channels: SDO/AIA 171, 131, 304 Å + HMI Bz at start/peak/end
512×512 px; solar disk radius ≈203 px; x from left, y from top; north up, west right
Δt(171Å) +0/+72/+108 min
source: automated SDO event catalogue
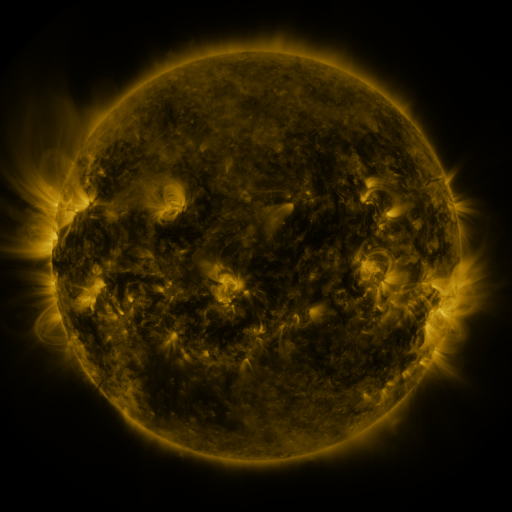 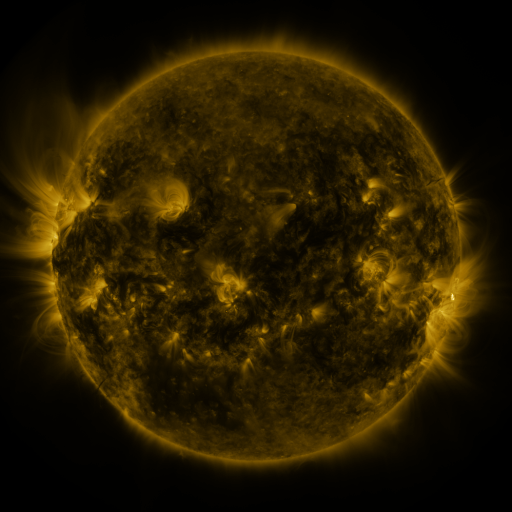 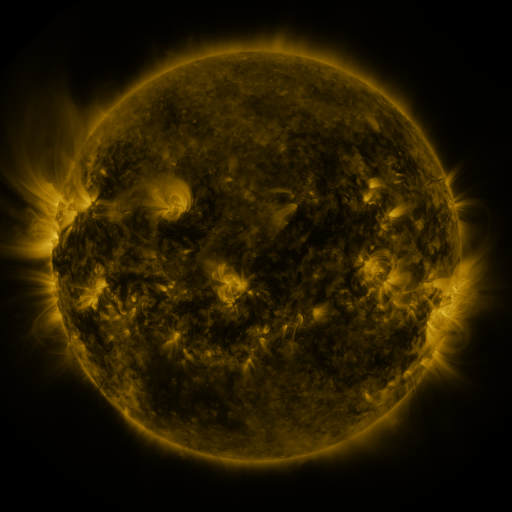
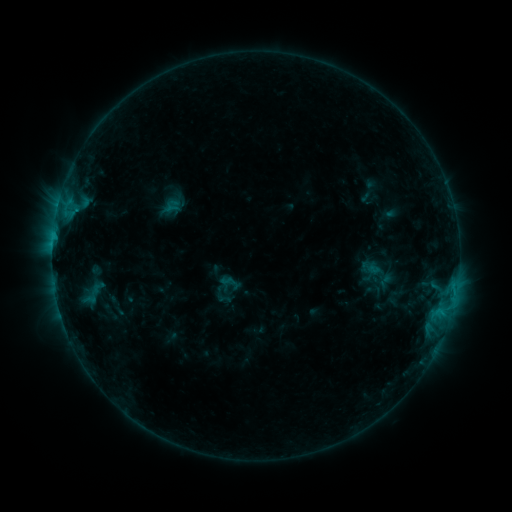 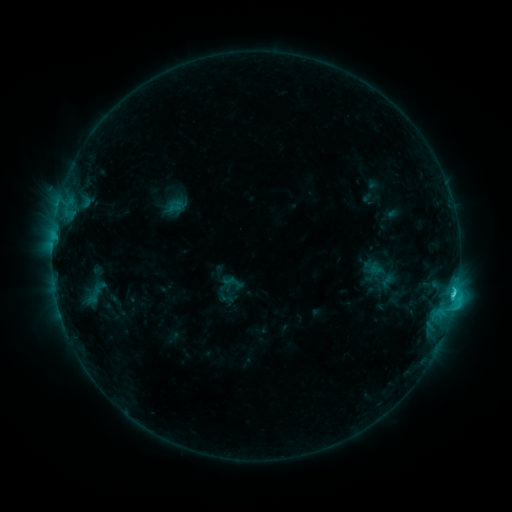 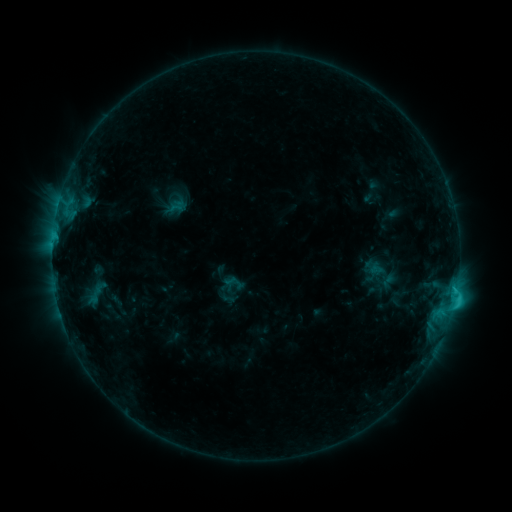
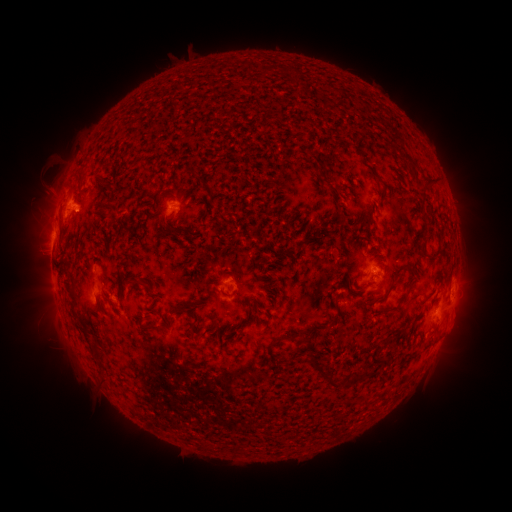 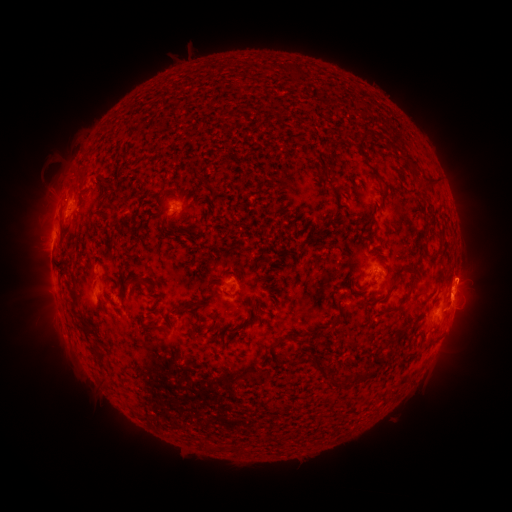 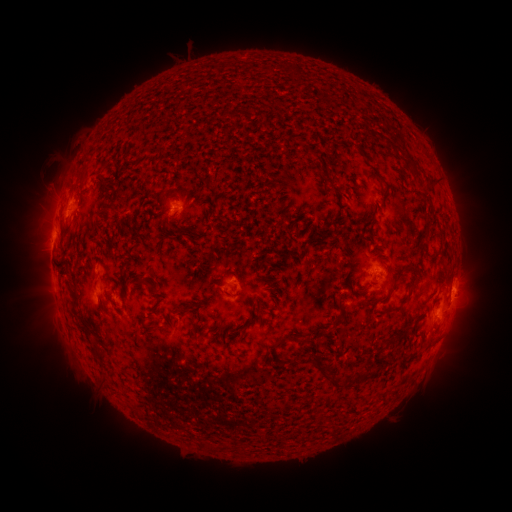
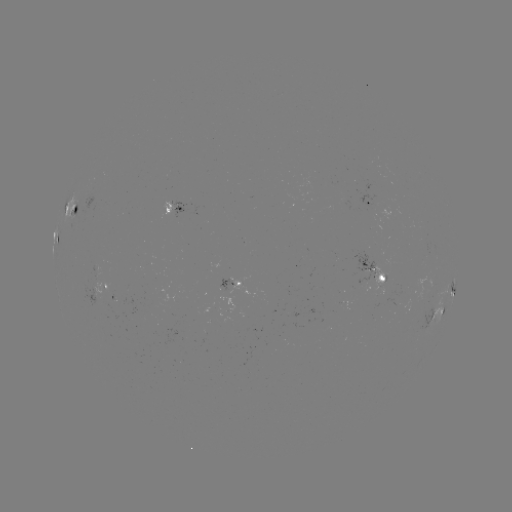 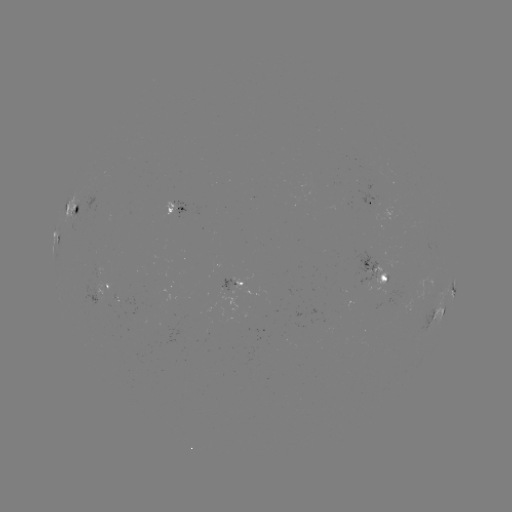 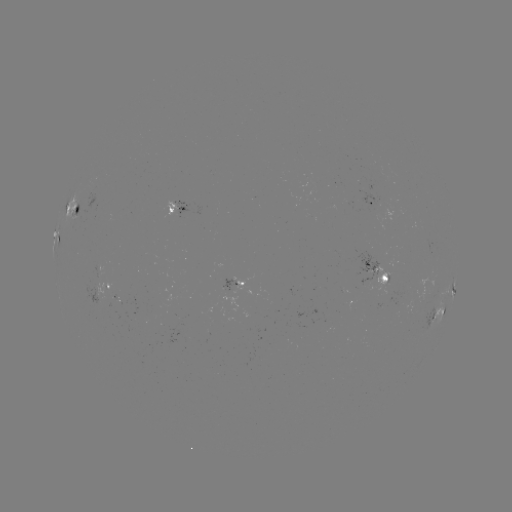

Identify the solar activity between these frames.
emerging-flux region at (96, 268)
